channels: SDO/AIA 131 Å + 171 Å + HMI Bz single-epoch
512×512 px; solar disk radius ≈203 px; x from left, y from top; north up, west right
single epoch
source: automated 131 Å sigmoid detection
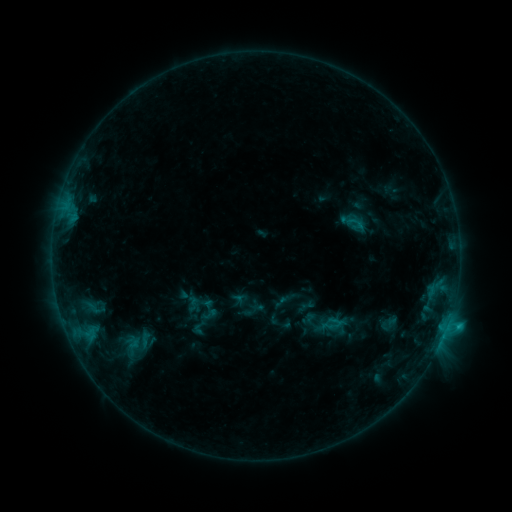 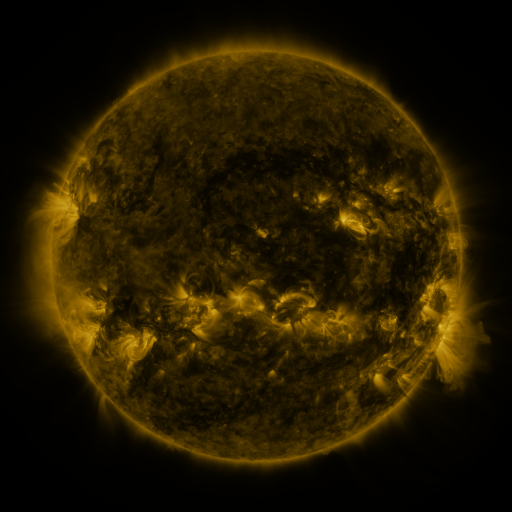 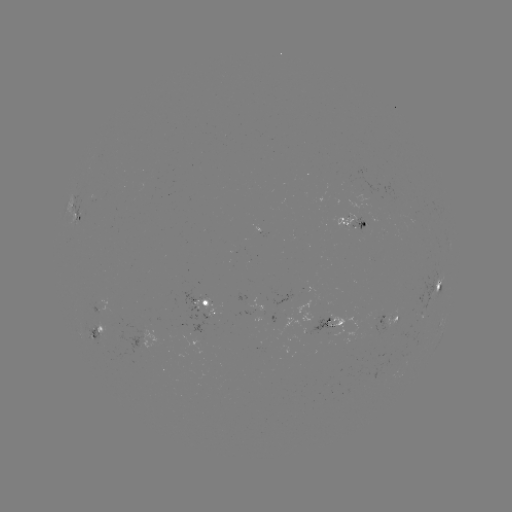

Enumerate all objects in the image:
sigmoid: [197, 298, 222, 322]
sigmoid: [321, 313, 343, 335]
